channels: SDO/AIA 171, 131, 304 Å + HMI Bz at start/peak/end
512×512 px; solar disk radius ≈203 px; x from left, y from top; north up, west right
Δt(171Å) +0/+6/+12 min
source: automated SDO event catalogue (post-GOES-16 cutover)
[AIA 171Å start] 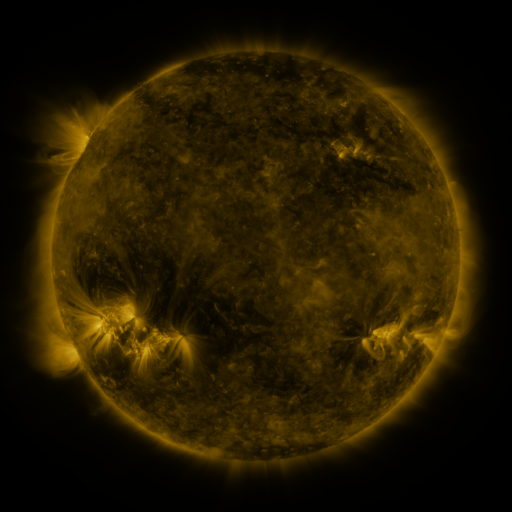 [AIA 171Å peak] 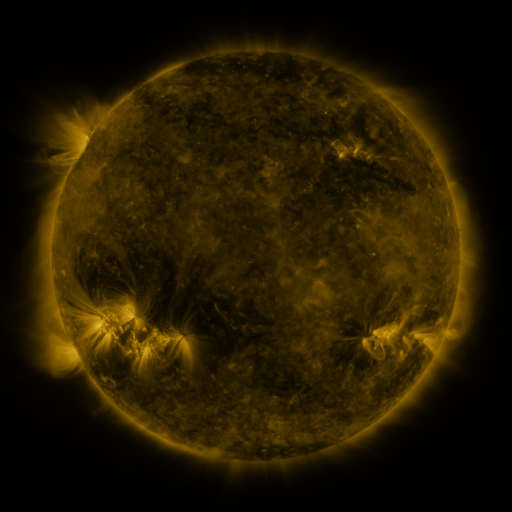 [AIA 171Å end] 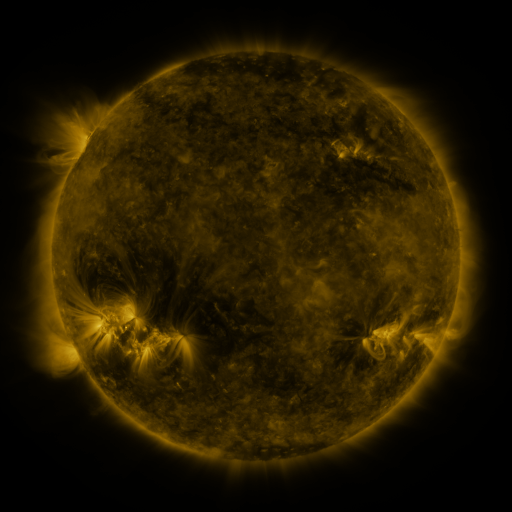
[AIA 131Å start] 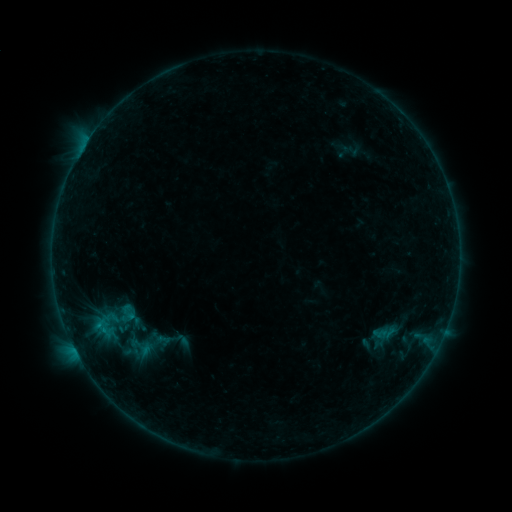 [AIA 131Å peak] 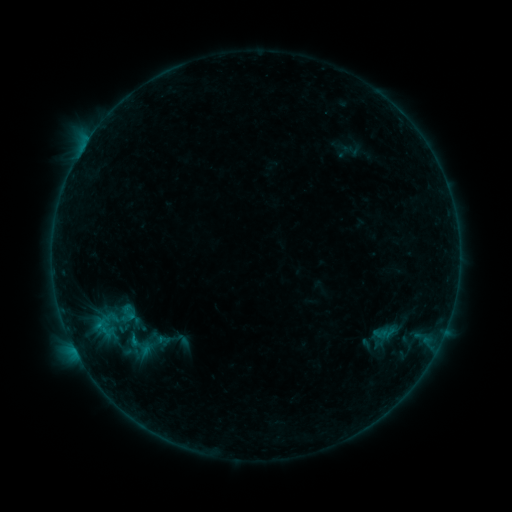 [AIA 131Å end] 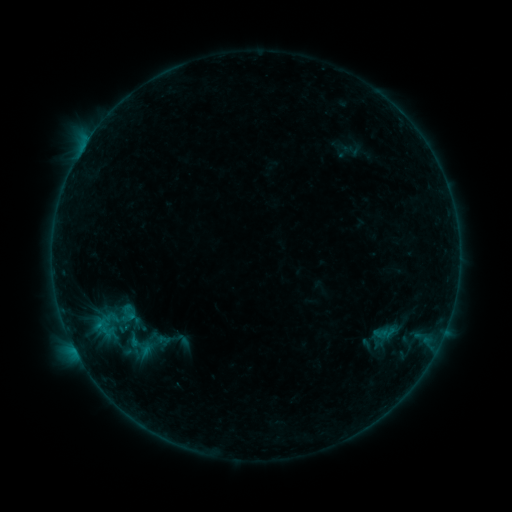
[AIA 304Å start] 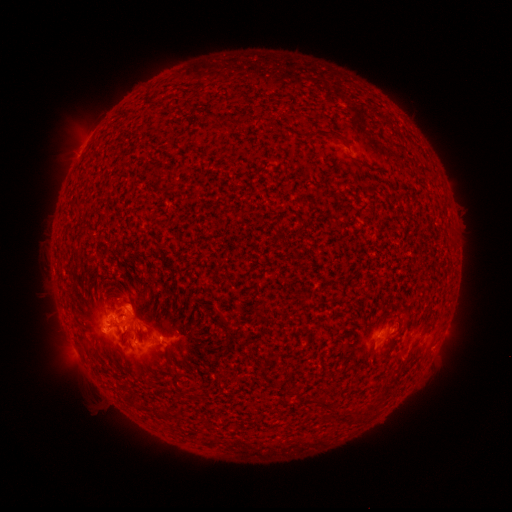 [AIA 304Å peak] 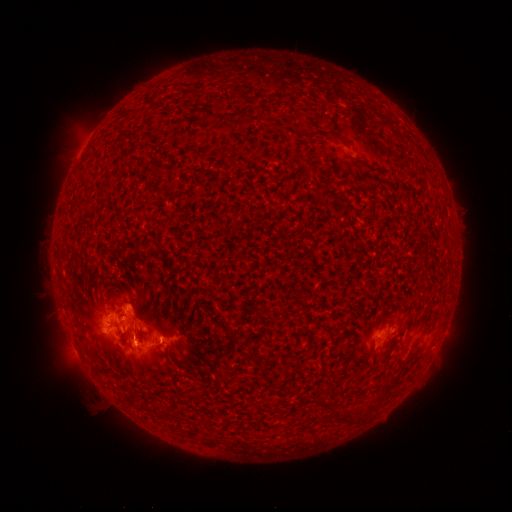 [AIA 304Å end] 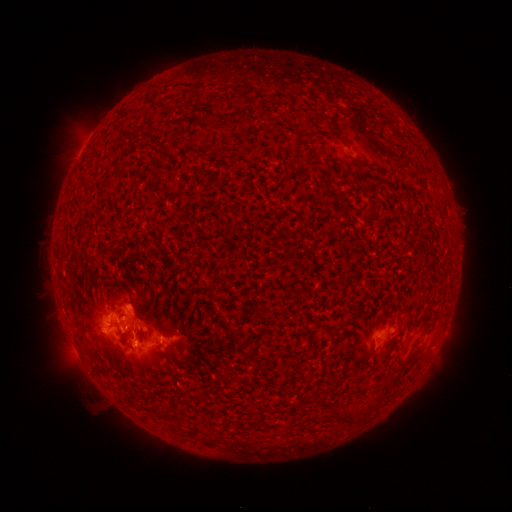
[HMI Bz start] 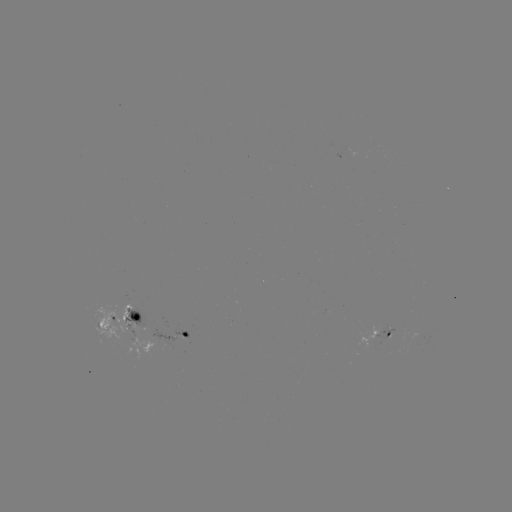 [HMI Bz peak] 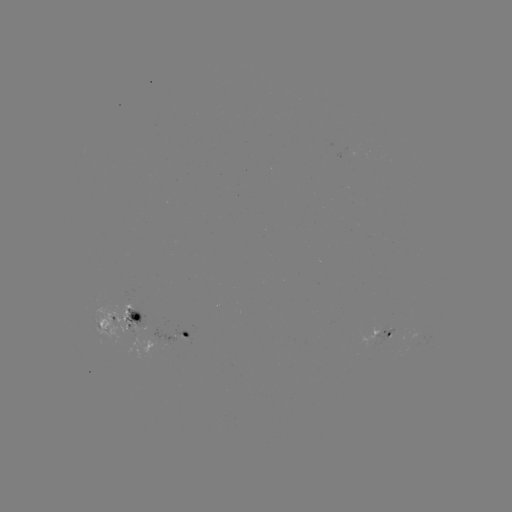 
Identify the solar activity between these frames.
B5.4 flare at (135, 339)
